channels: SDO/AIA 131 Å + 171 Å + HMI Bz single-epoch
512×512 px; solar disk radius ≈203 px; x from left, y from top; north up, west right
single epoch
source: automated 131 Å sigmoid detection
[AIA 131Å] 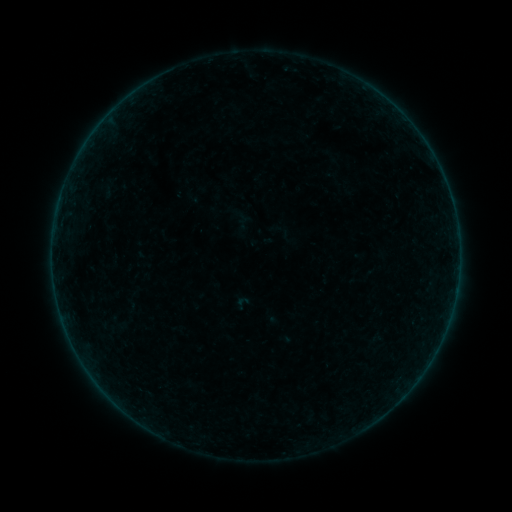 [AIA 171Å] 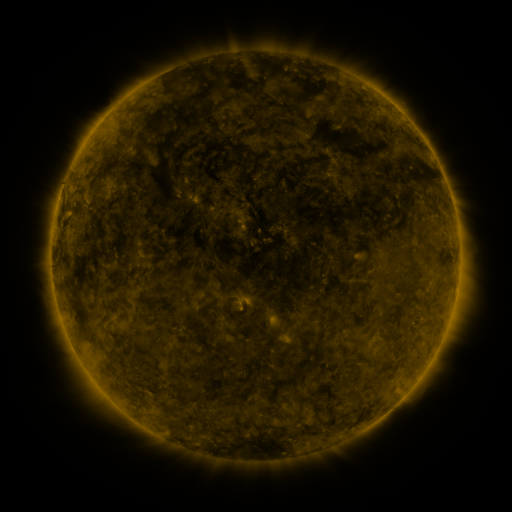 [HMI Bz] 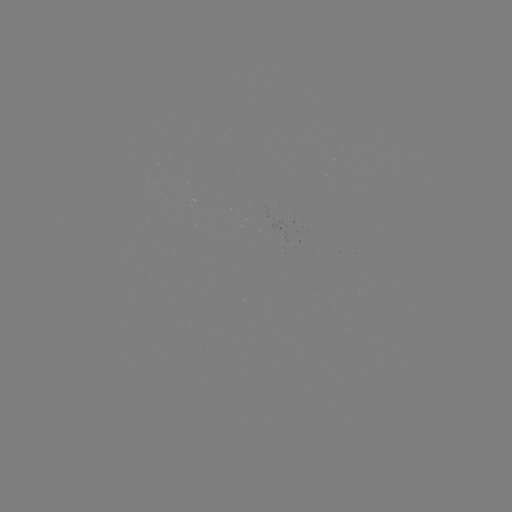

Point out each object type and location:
sigmoid: <bbox>234, 294, 251, 311</bbox>
